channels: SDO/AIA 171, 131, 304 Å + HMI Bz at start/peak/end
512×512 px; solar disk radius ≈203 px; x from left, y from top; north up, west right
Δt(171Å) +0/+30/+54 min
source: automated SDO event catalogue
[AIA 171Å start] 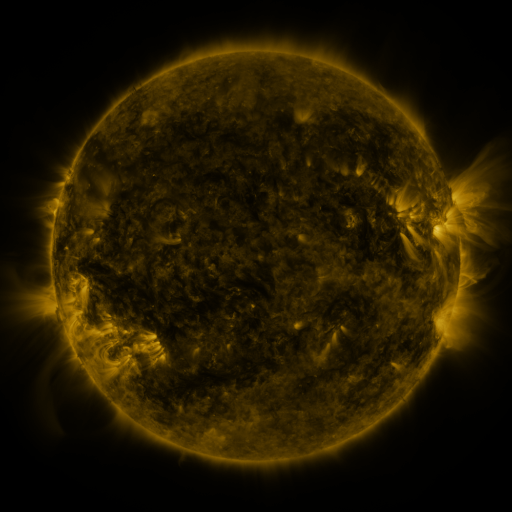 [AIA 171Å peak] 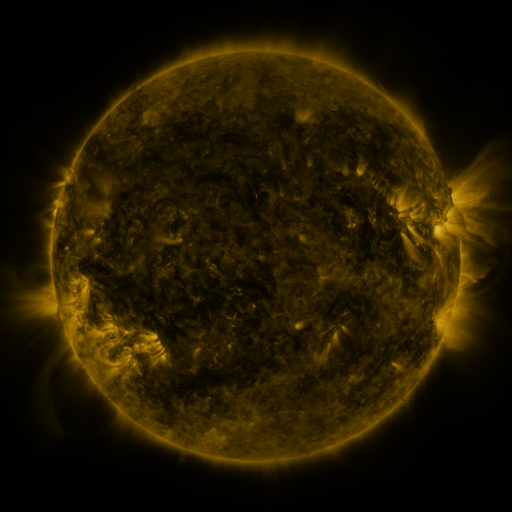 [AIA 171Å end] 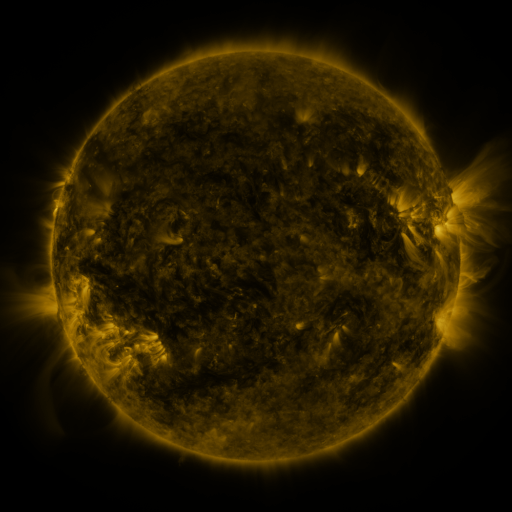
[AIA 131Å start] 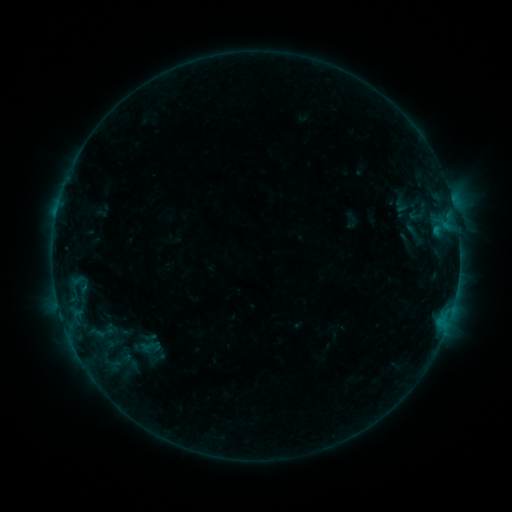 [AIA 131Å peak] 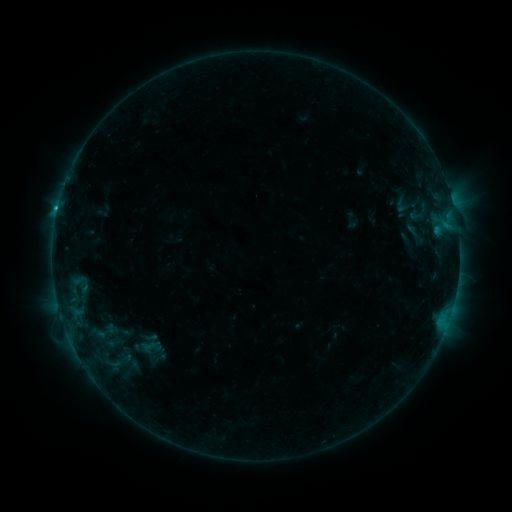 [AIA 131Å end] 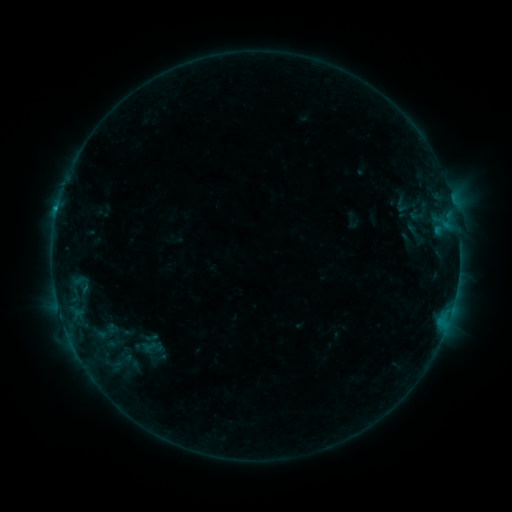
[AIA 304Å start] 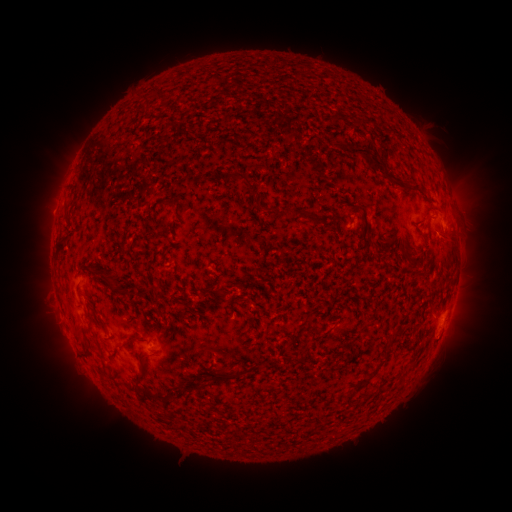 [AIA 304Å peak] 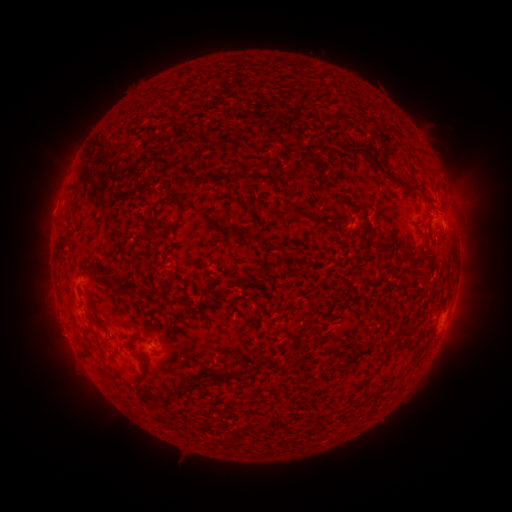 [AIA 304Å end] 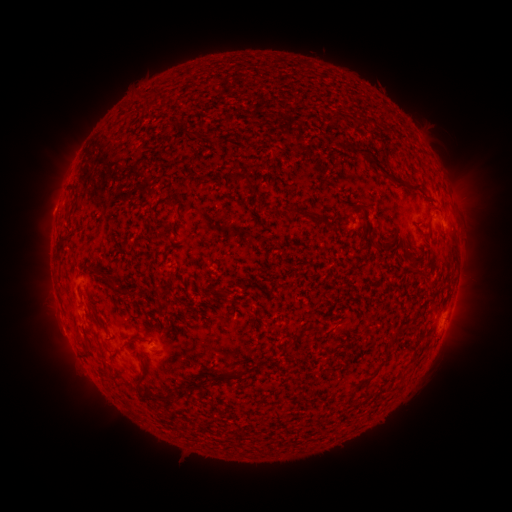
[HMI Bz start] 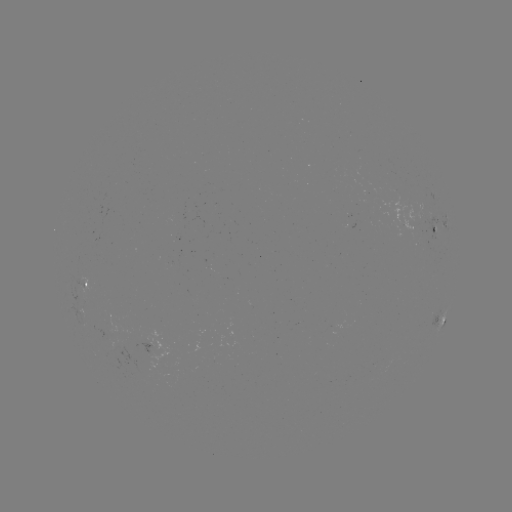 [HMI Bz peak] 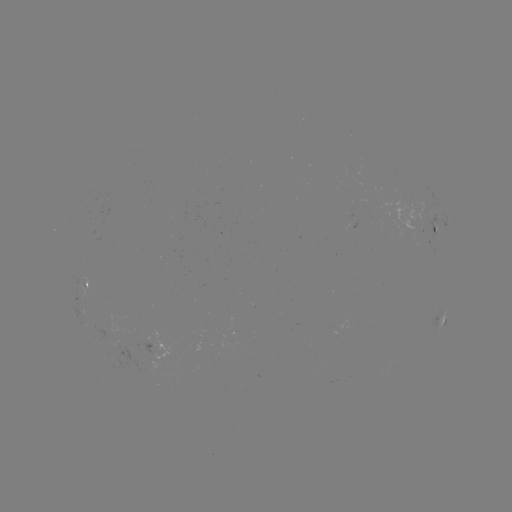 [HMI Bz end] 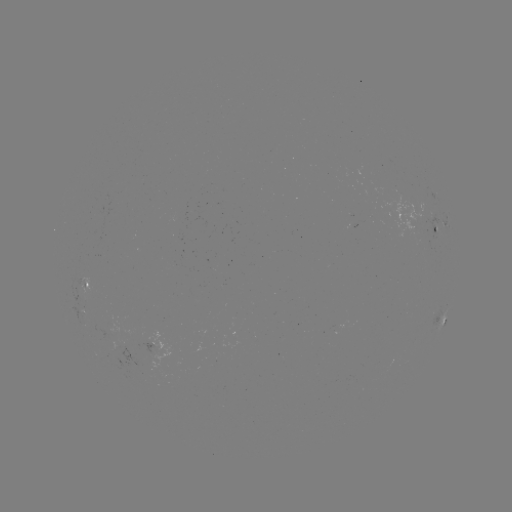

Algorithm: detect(C1.0 flare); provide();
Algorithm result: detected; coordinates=58,211